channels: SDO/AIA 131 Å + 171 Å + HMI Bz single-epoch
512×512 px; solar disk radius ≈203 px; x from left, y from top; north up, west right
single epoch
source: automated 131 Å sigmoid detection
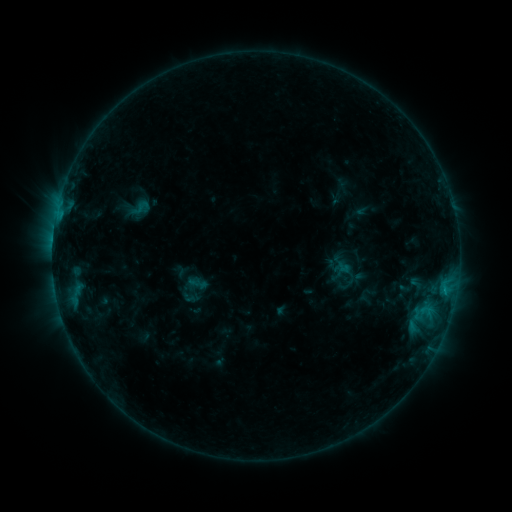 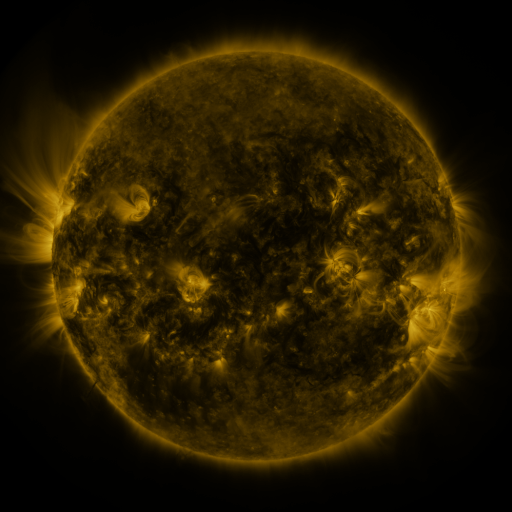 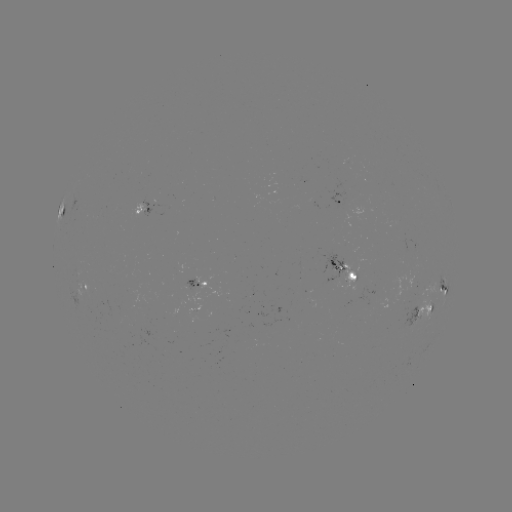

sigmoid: <bbox>132, 198, 151, 217</bbox>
